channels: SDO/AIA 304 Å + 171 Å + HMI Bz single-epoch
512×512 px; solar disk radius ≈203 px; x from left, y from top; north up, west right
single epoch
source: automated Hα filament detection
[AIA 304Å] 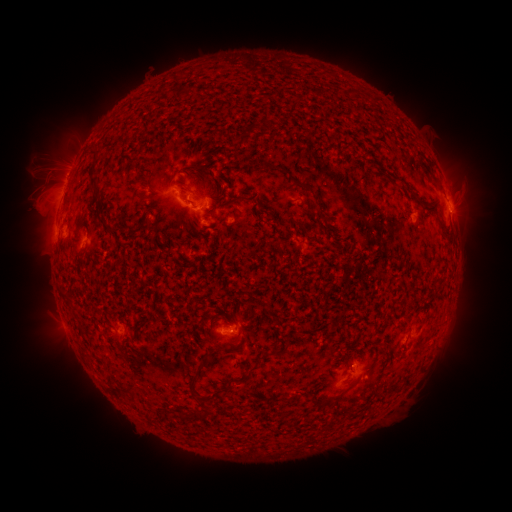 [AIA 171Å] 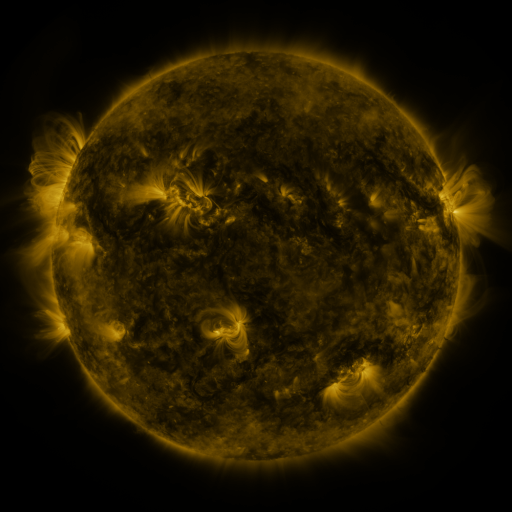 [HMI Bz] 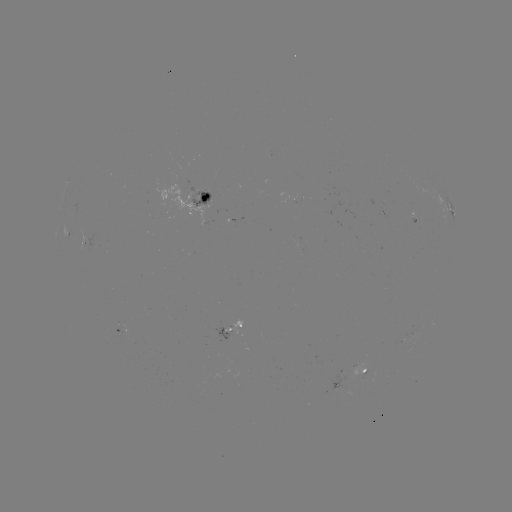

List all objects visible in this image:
filament: [257, 106, 270, 125]
filament: [237, 124, 256, 145]
filament: [419, 161, 430, 175]
filament: [190, 163, 201, 171]
filament: [275, 165, 289, 175]
filament: [88, 170, 101, 198]
filament: [290, 176, 321, 209]
filament: [228, 196, 243, 206]
filament: [77, 326, 84, 335]
filament: [222, 344, 235, 353]
filament: [240, 349, 277, 383]
filament: [188, 376, 197, 393]
filament: [221, 385, 232, 393]
filament: [330, 394, 340, 402]
filament: [199, 397, 207, 407]
filament: [191, 409, 211, 421]
